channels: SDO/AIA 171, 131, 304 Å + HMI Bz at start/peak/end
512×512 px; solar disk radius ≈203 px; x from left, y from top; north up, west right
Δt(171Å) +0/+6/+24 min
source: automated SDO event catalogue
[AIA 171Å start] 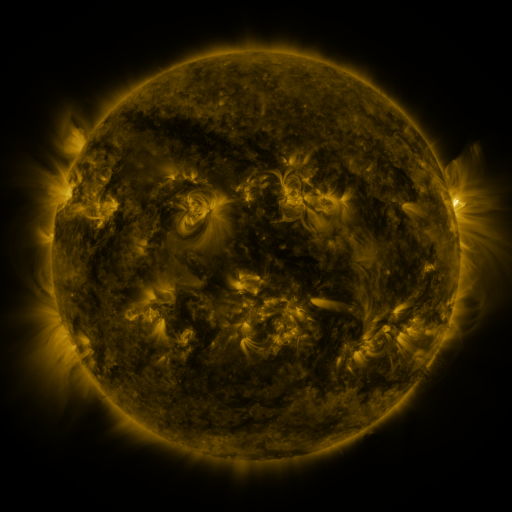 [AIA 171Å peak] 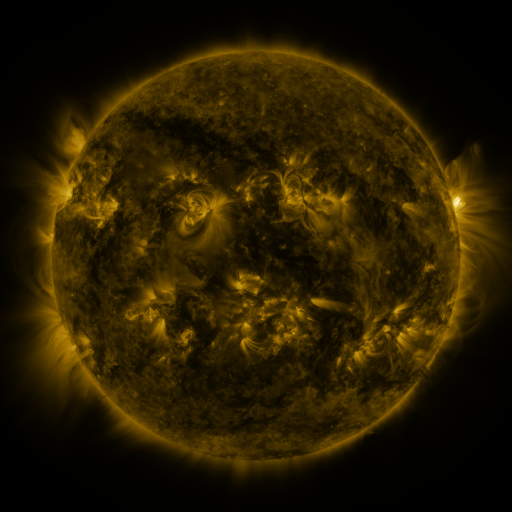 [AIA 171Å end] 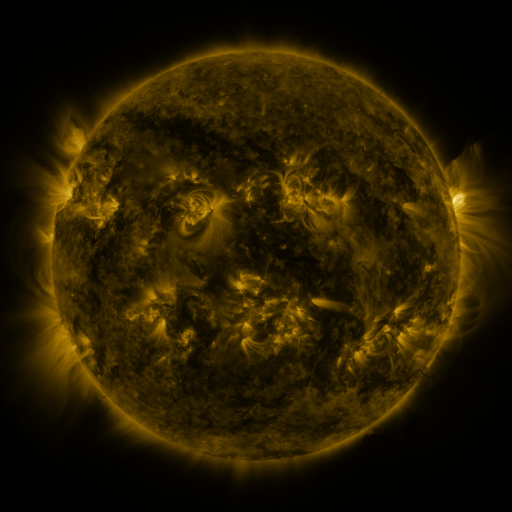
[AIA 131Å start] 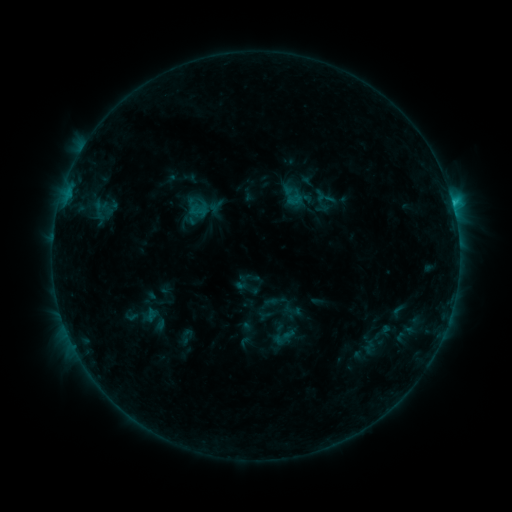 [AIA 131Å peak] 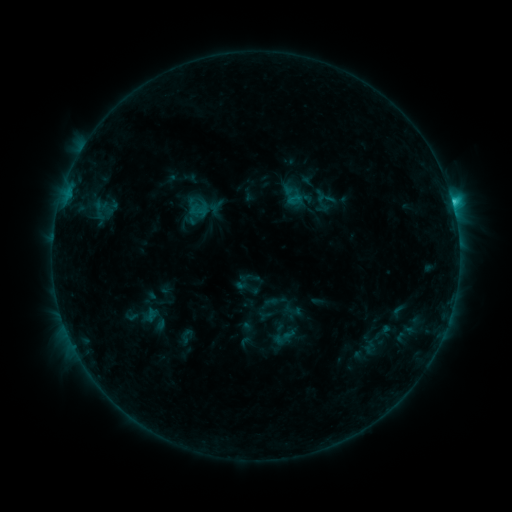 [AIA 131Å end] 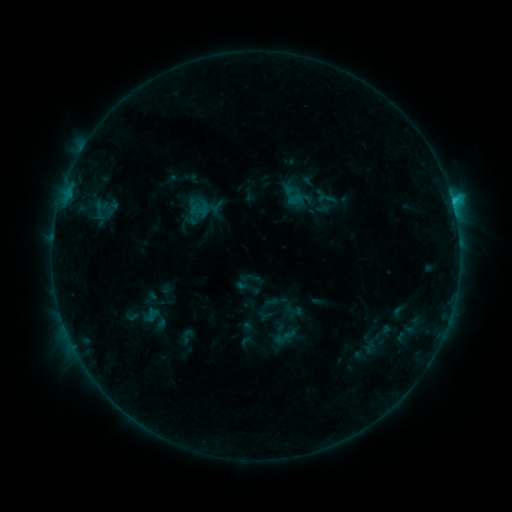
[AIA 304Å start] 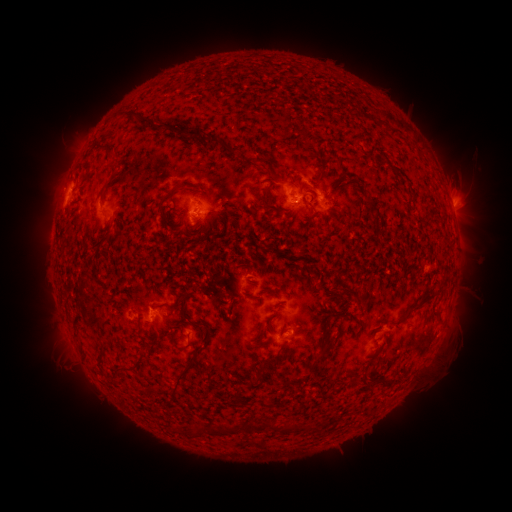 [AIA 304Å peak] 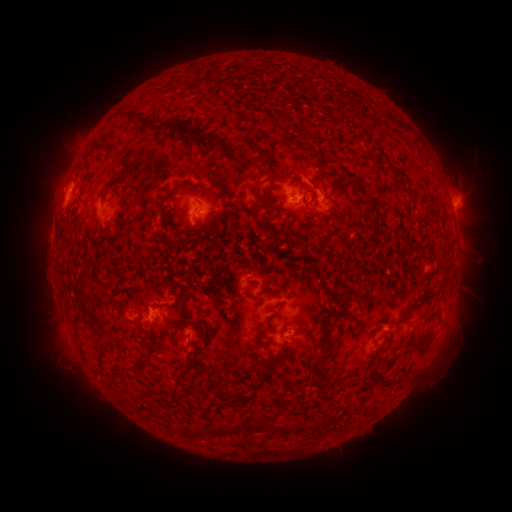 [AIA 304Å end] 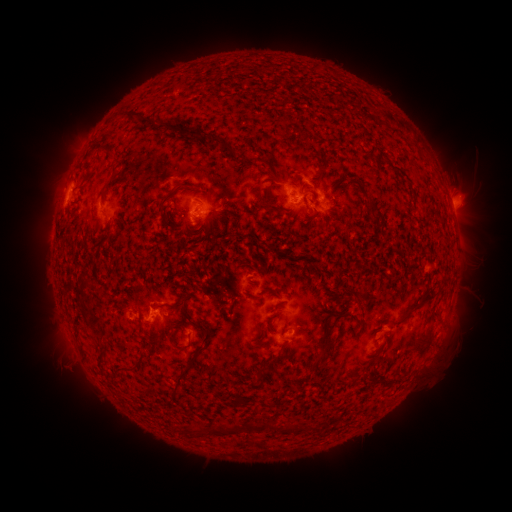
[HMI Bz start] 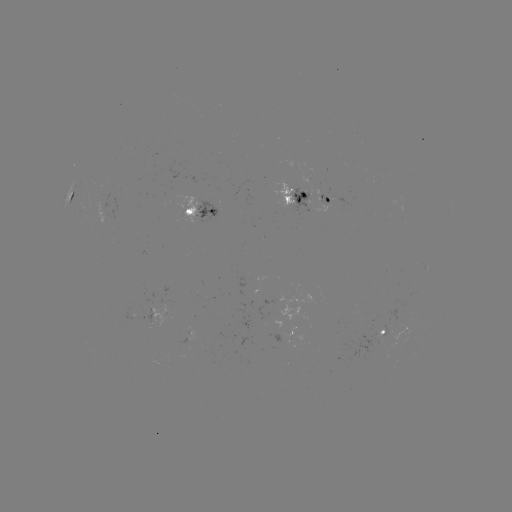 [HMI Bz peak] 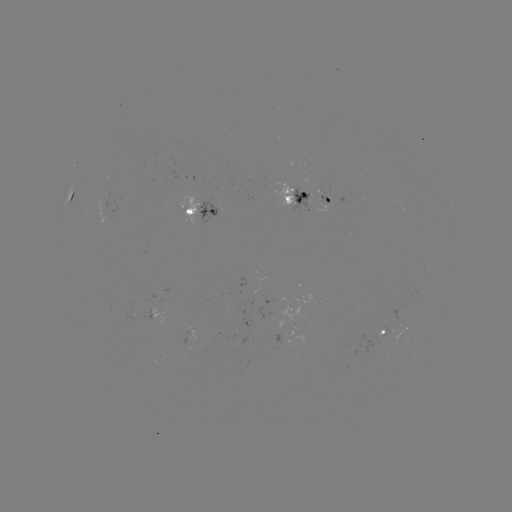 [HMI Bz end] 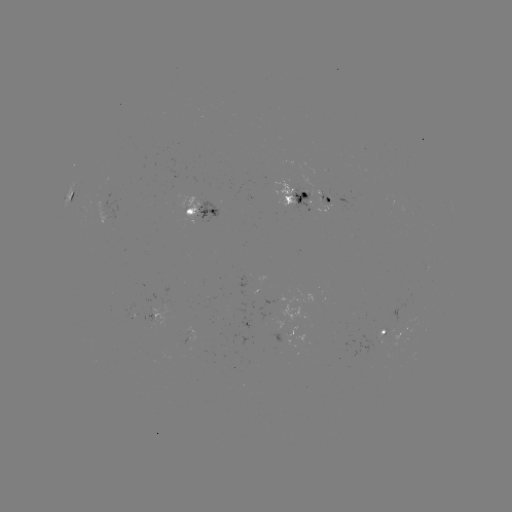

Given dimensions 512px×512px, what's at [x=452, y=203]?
C1.3 flare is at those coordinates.